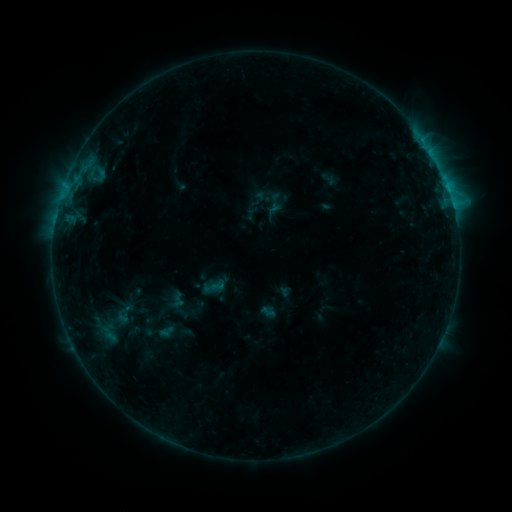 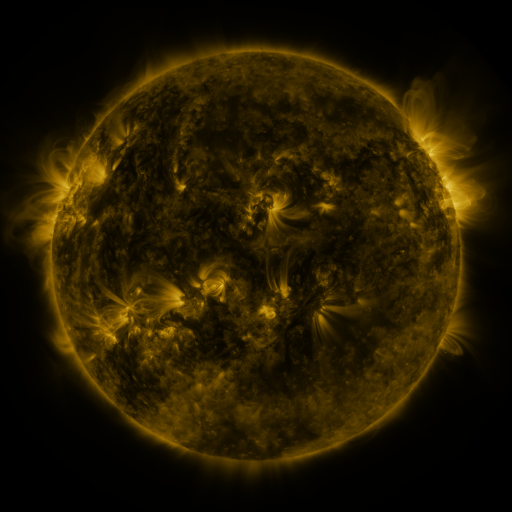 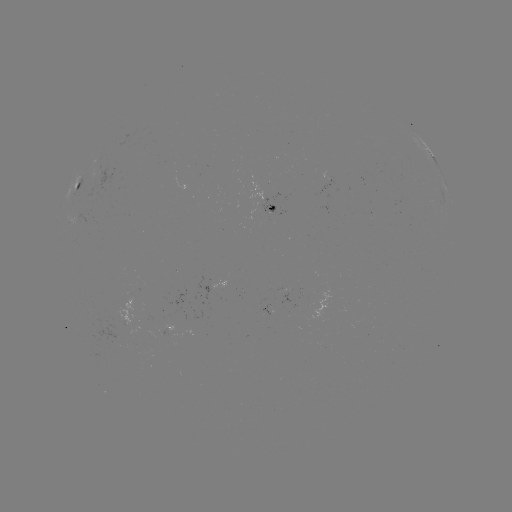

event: sigmoid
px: (217, 286)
